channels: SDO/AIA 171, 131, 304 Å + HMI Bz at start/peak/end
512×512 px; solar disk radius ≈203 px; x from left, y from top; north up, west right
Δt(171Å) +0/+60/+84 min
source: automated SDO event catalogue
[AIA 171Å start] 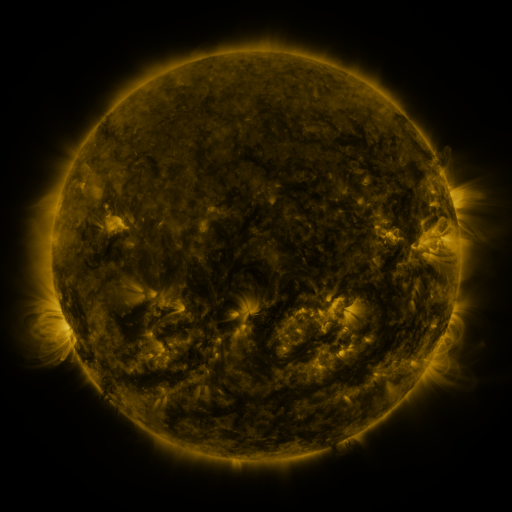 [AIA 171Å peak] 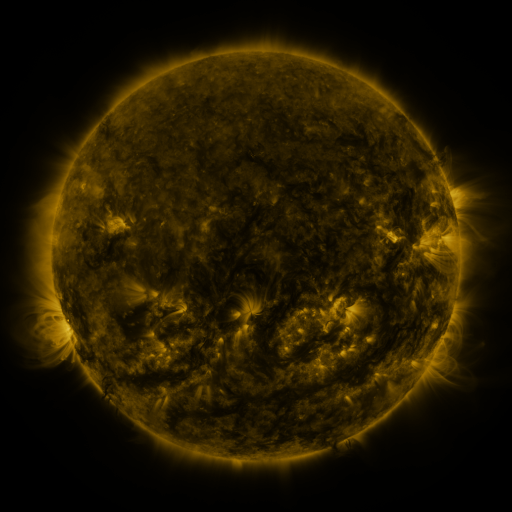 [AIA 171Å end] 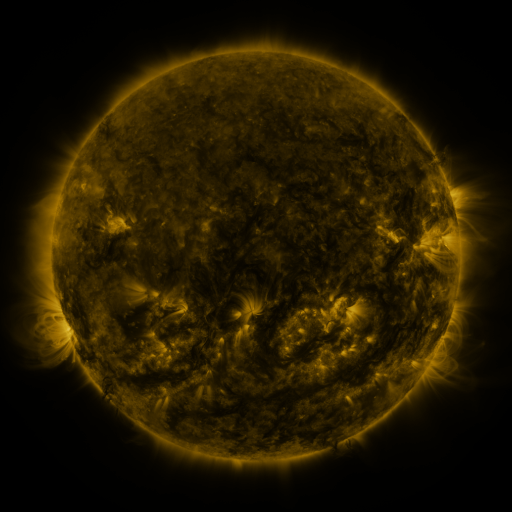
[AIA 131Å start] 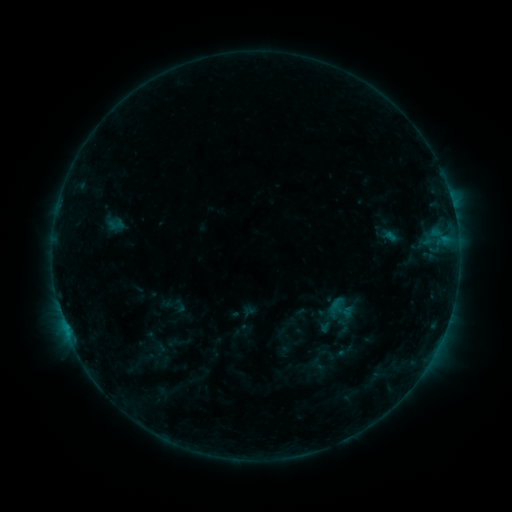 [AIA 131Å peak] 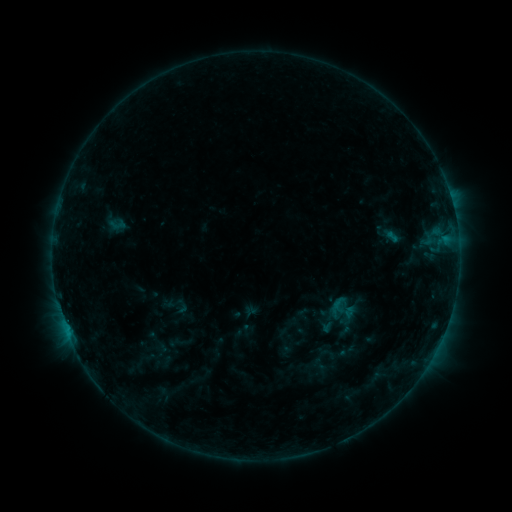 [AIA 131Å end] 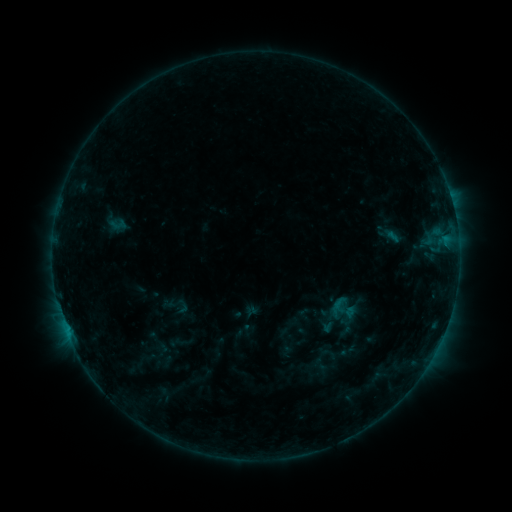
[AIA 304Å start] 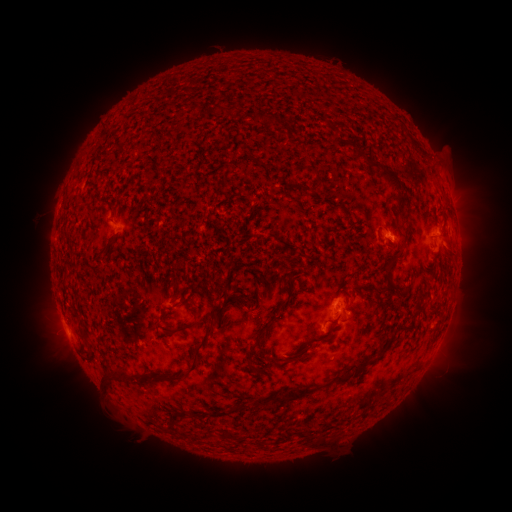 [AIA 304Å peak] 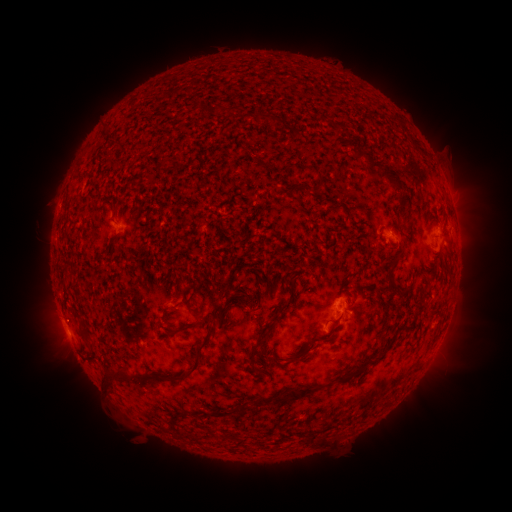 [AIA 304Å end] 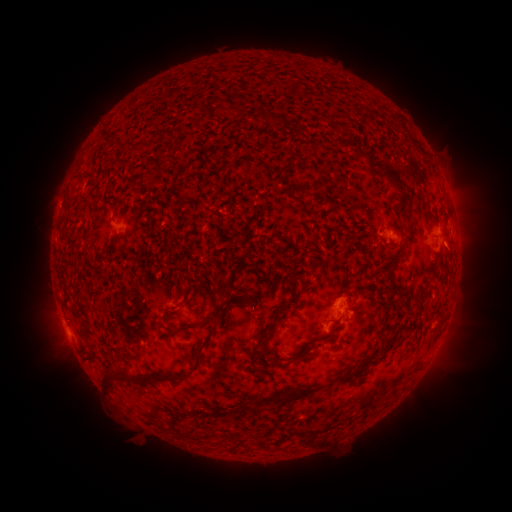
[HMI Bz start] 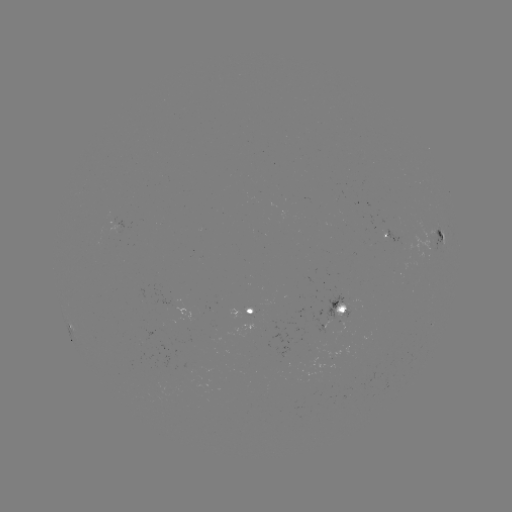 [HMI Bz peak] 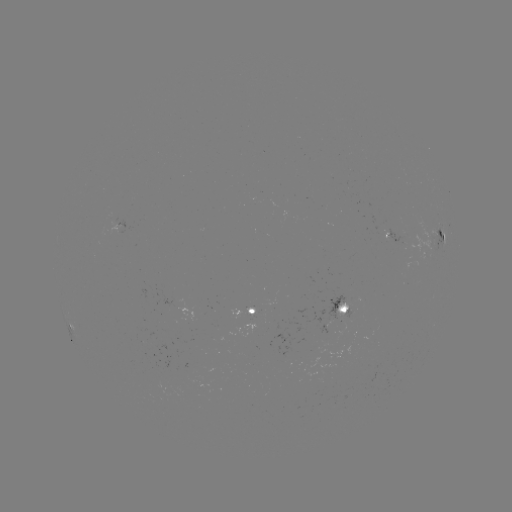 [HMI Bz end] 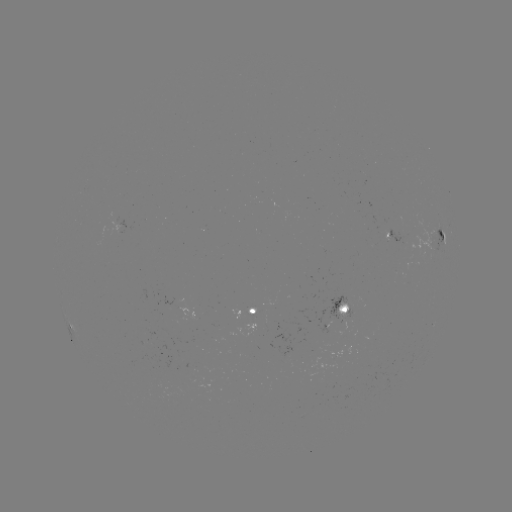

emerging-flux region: (401, 273, 407, 284)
